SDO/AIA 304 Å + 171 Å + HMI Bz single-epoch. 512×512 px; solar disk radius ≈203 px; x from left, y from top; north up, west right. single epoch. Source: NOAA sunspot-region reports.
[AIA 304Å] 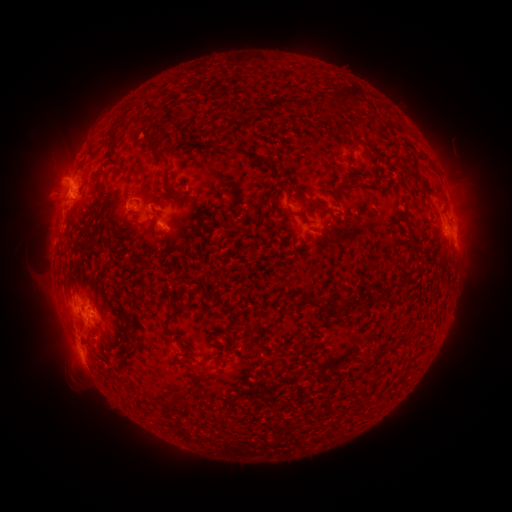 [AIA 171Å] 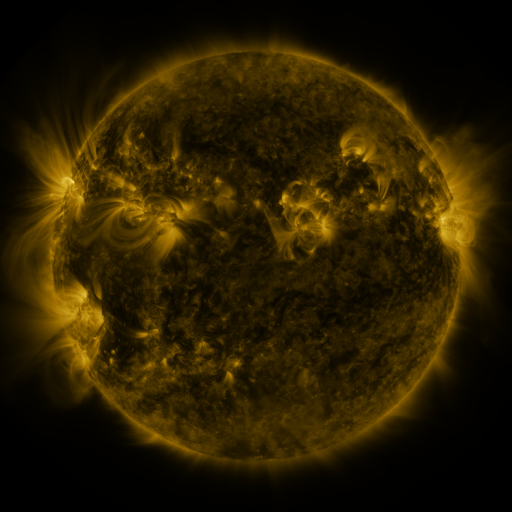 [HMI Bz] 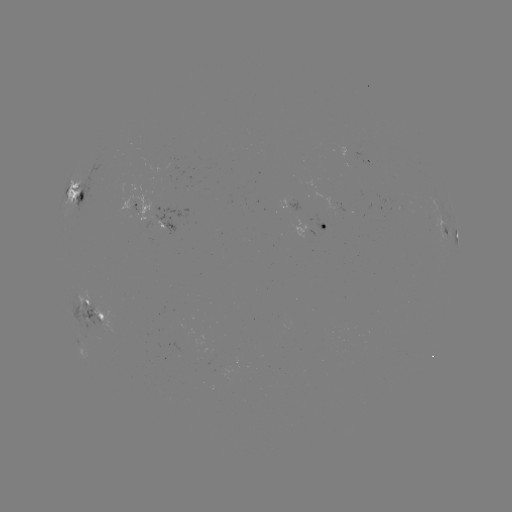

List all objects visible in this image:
spotted active region: (369, 164)
spotted active region: (83, 199)
spotted active region: (135, 207)
spotted active region: (293, 210)
spotted active region: (445, 225)
spotted active region: (168, 226)
spotted active region: (314, 231)
spotted active region: (456, 240)
spotted active region: (96, 313)
